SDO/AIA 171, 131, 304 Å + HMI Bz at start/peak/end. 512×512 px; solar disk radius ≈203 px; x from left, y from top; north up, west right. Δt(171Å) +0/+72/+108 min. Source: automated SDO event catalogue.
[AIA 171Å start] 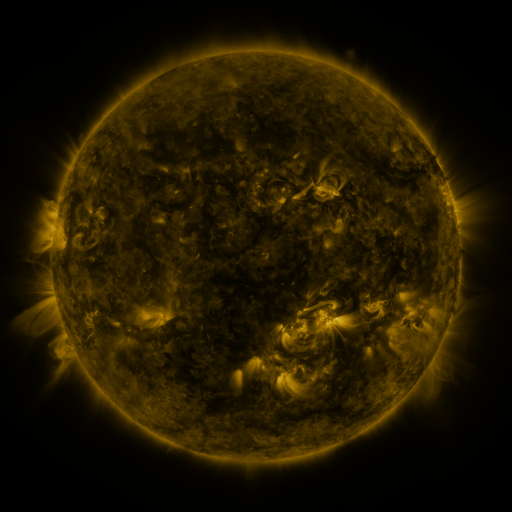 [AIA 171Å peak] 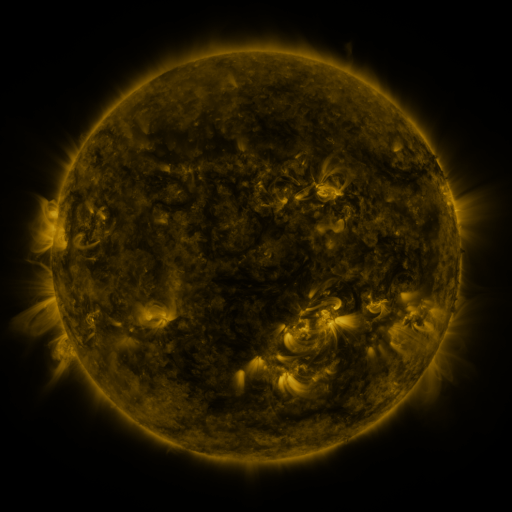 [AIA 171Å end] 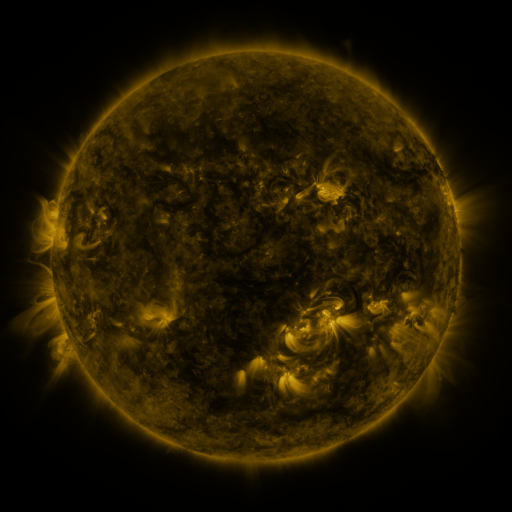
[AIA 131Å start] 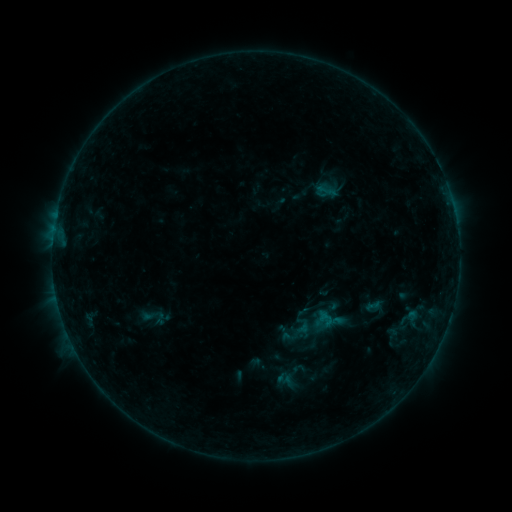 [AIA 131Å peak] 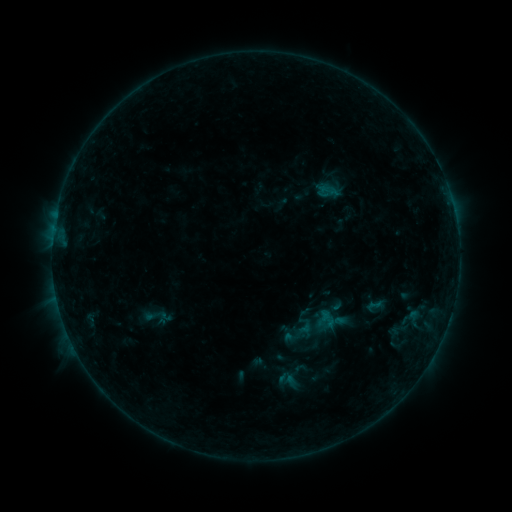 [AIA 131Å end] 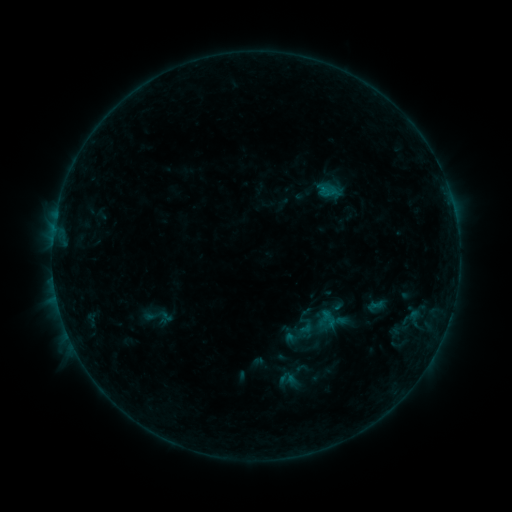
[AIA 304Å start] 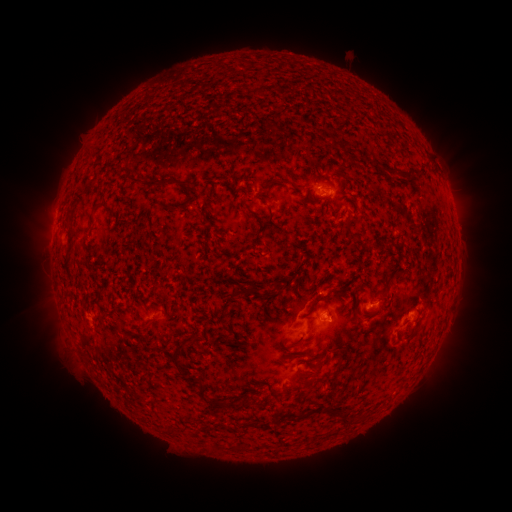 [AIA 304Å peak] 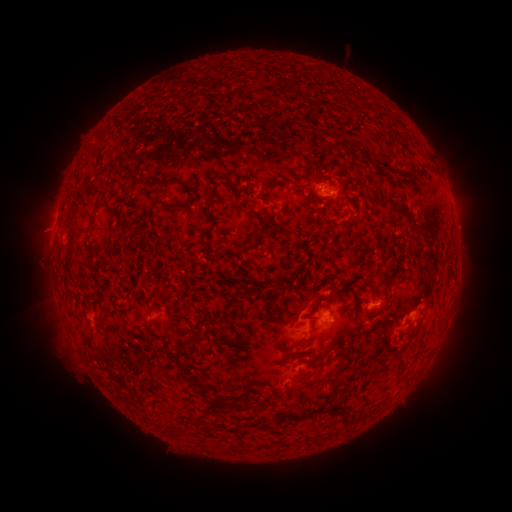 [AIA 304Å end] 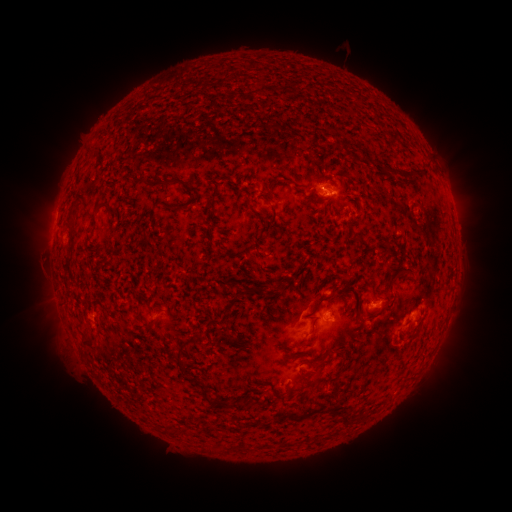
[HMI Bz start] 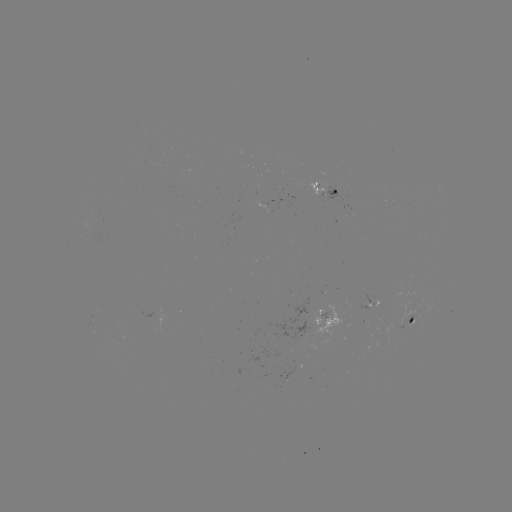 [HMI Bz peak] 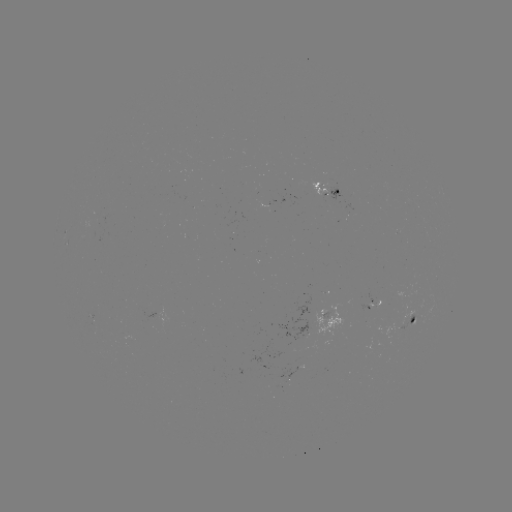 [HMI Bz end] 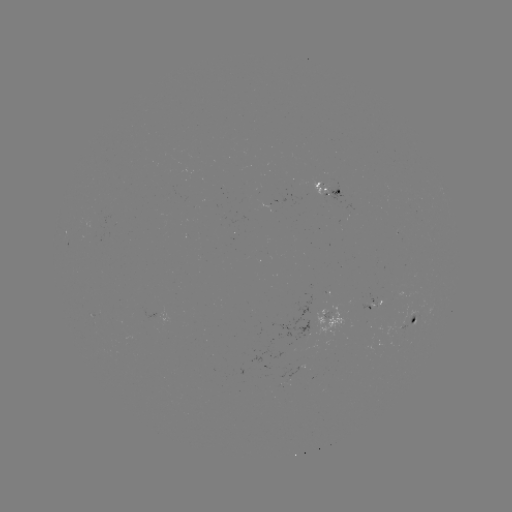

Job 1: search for emerging-flux region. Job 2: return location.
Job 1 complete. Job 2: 404,324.